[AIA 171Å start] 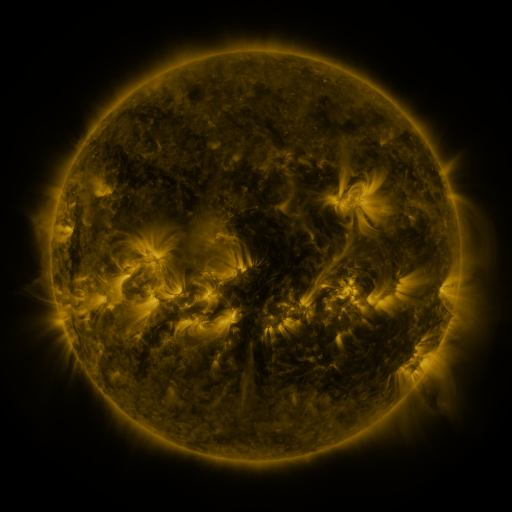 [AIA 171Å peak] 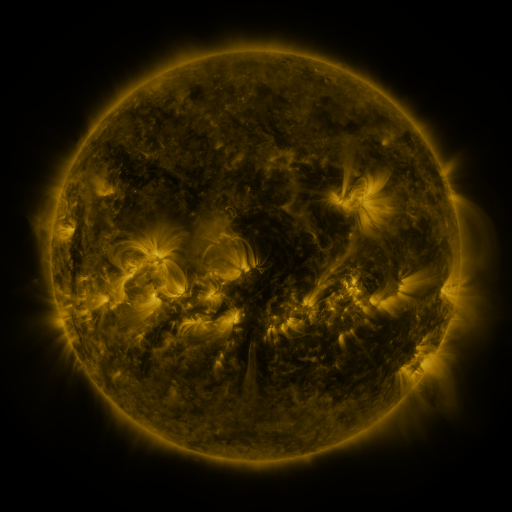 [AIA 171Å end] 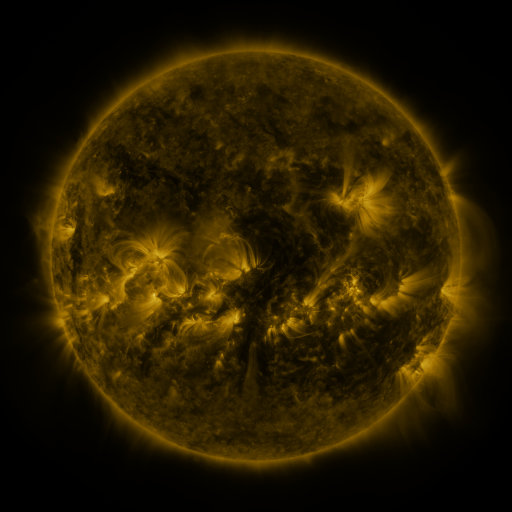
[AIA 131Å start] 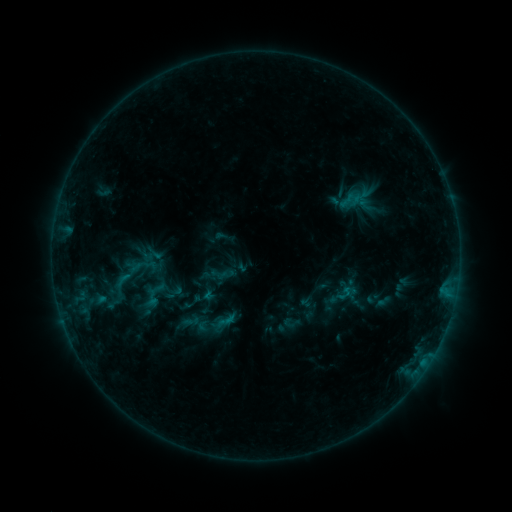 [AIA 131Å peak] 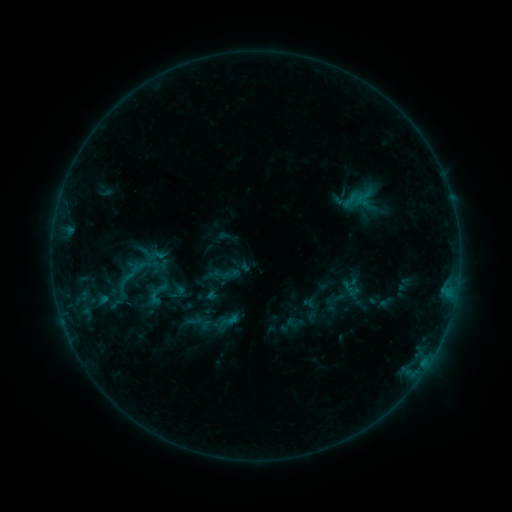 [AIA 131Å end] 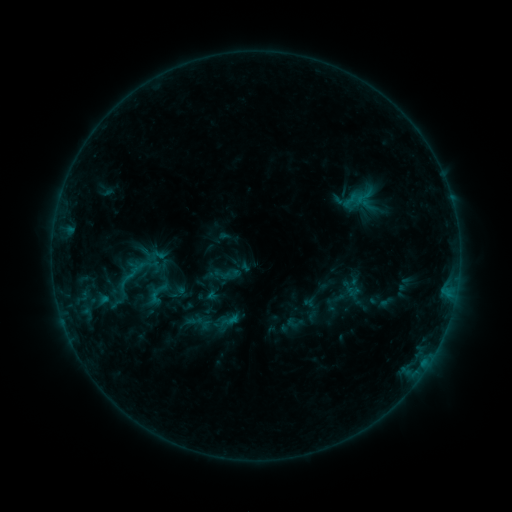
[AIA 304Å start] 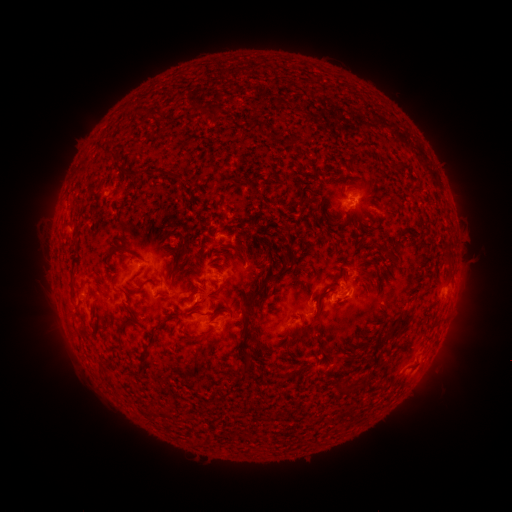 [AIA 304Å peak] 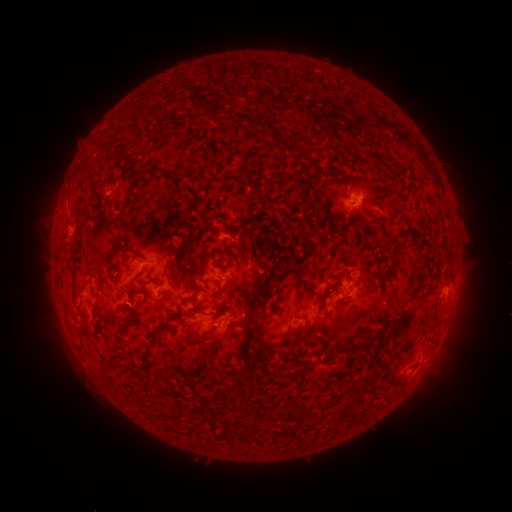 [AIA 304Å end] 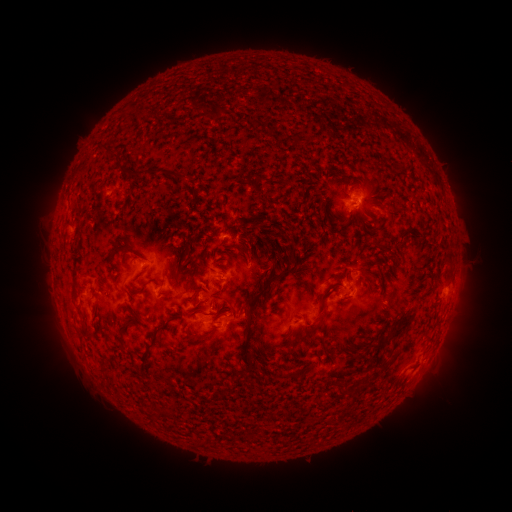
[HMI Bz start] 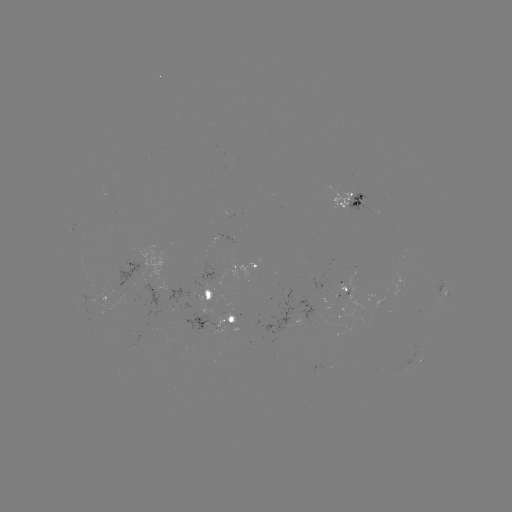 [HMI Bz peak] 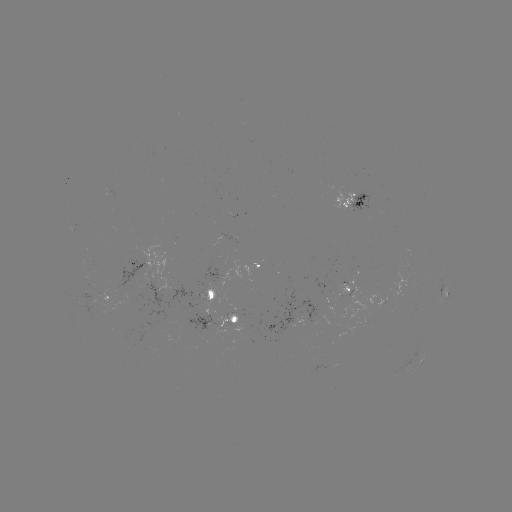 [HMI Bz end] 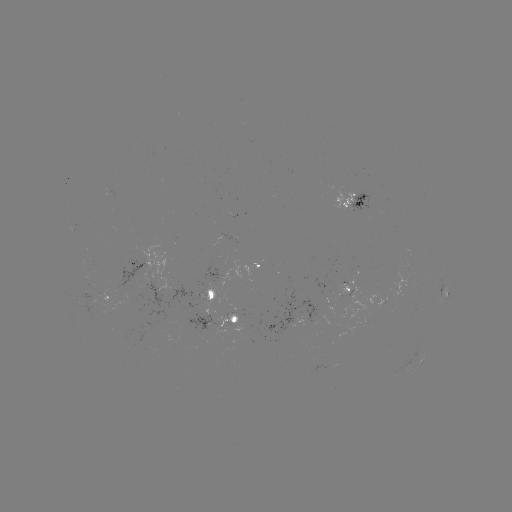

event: emerging-flux region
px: (87, 294)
